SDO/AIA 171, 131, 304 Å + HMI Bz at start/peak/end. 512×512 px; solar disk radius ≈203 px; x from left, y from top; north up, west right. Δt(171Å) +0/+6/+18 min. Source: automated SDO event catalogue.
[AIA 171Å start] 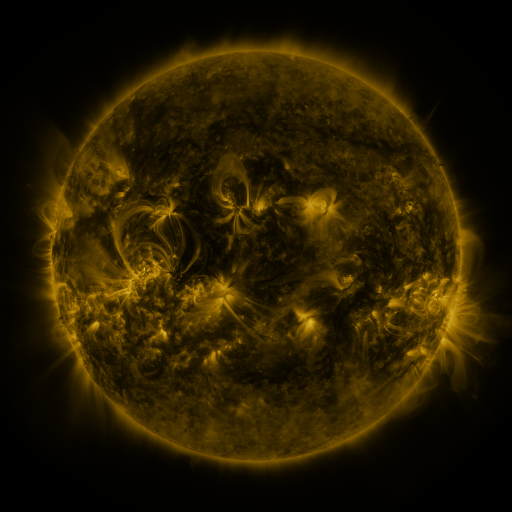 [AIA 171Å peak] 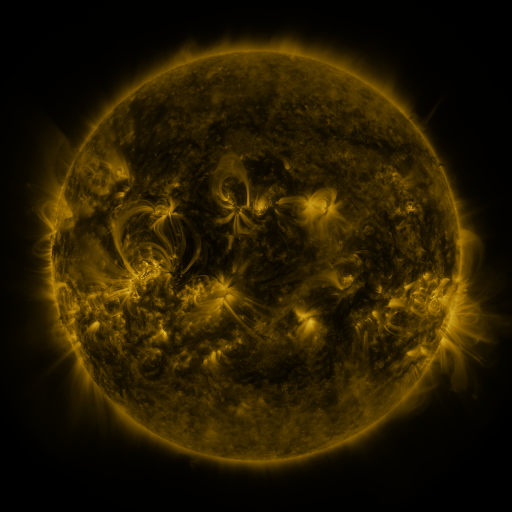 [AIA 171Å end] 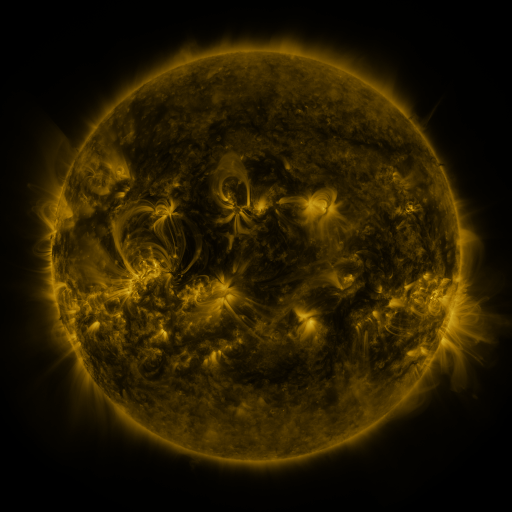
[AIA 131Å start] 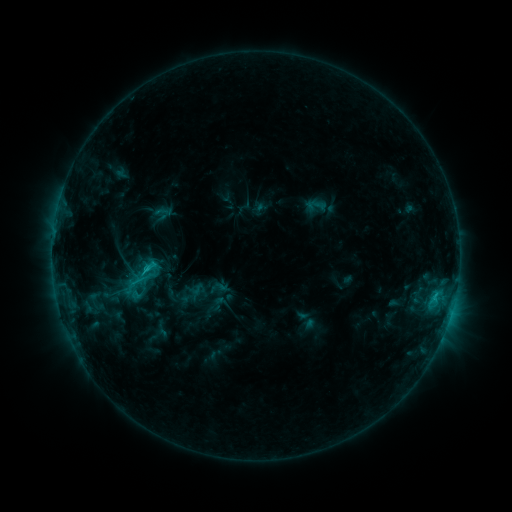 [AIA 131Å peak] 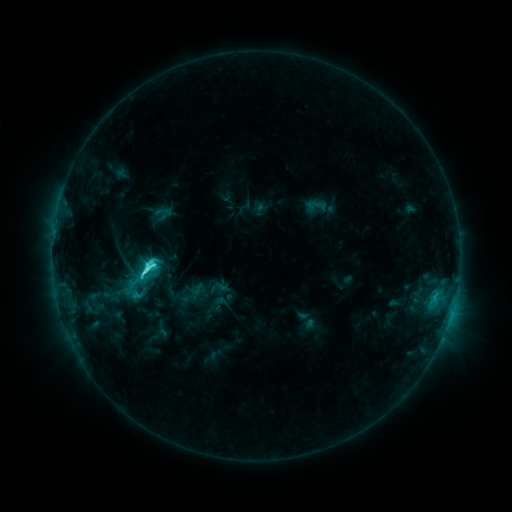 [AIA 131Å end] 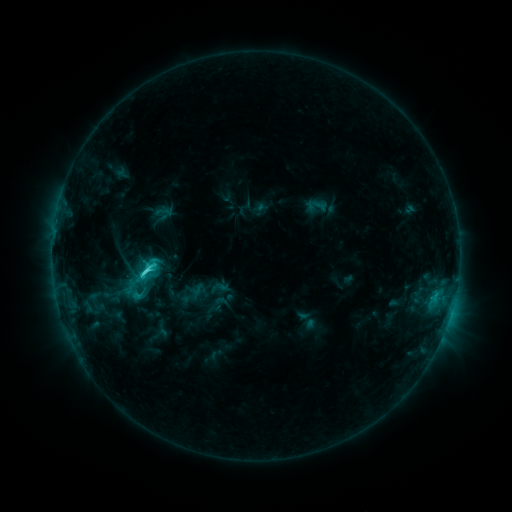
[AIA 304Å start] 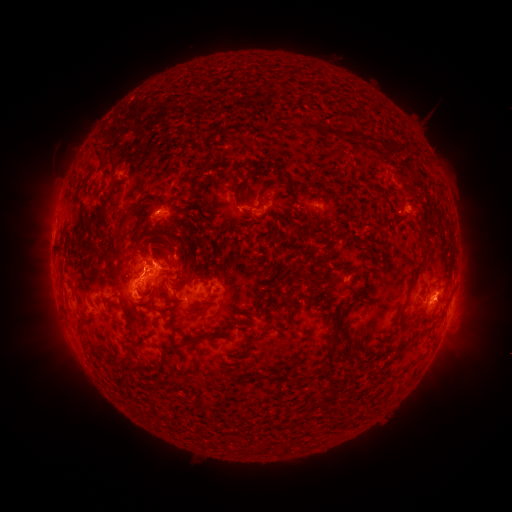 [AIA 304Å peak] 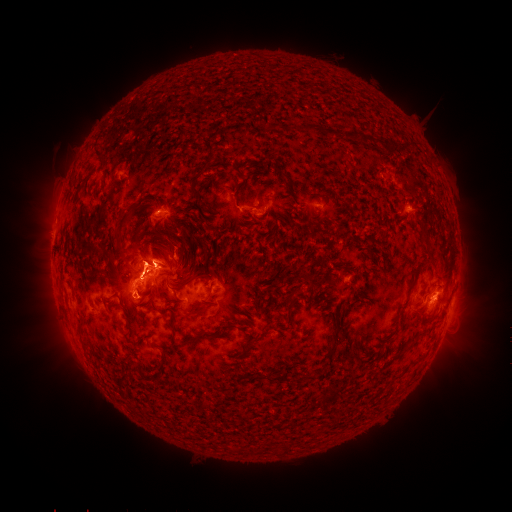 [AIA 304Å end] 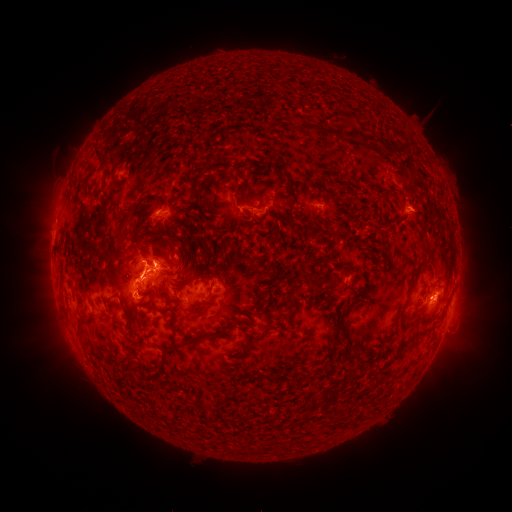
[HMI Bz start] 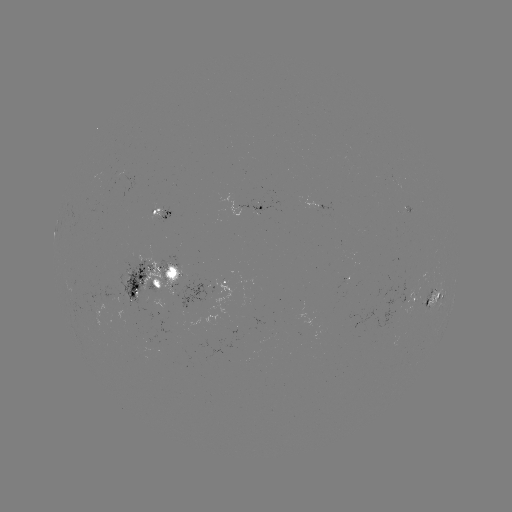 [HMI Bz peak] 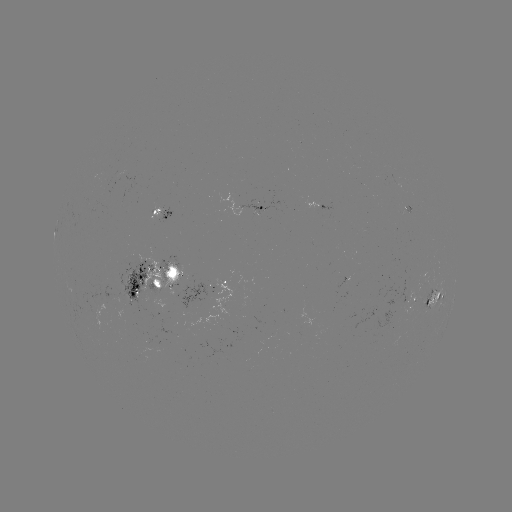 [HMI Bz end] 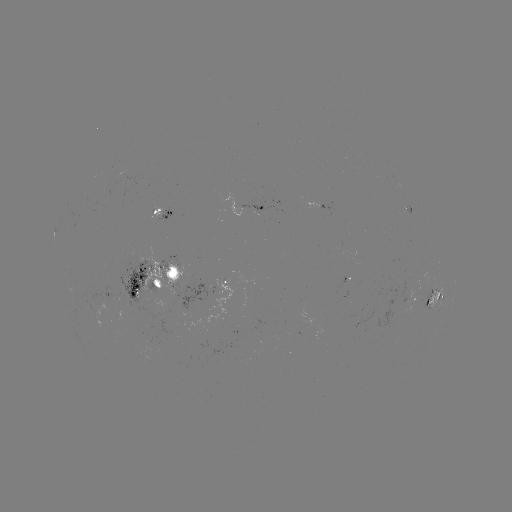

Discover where C6.6 flare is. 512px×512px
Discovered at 148,266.